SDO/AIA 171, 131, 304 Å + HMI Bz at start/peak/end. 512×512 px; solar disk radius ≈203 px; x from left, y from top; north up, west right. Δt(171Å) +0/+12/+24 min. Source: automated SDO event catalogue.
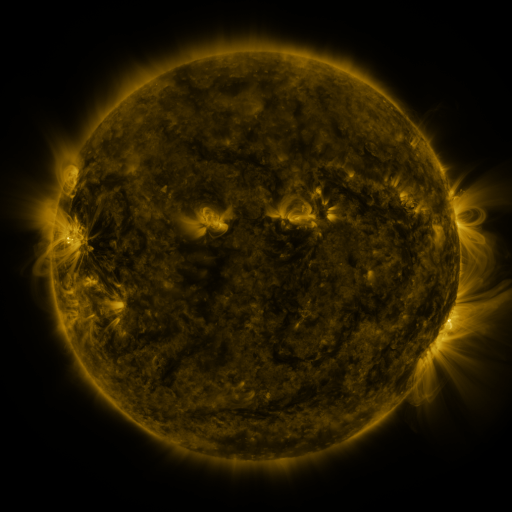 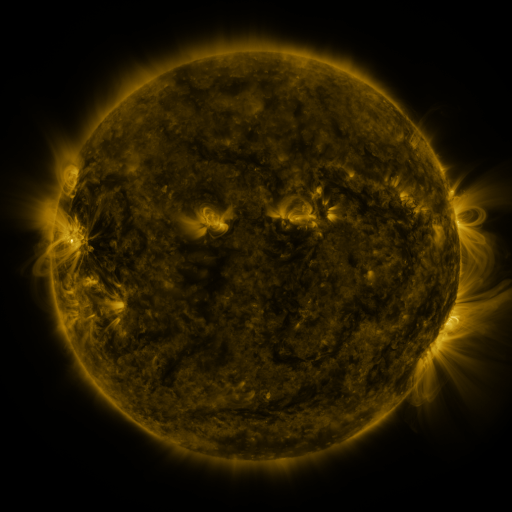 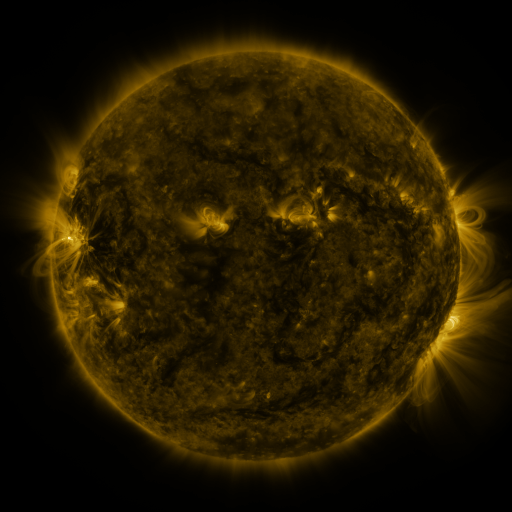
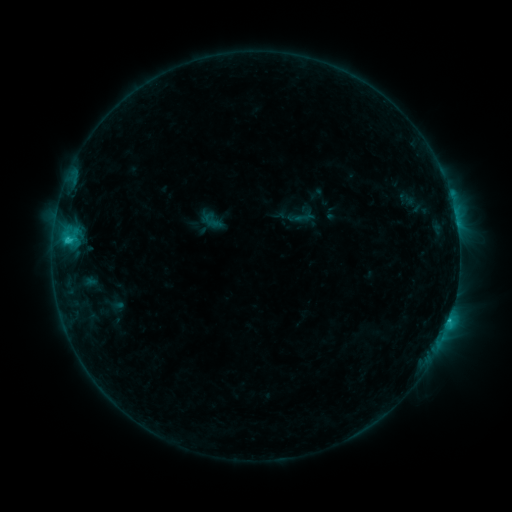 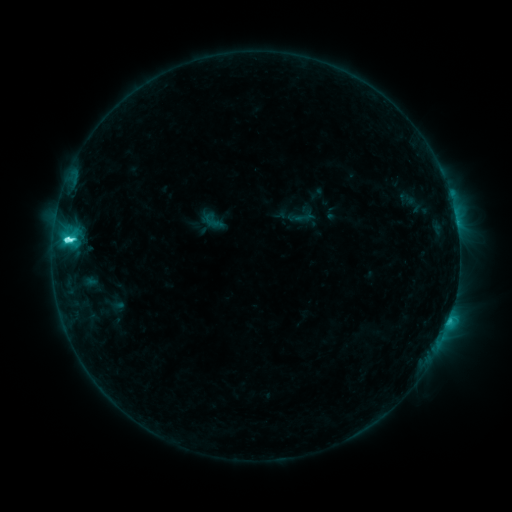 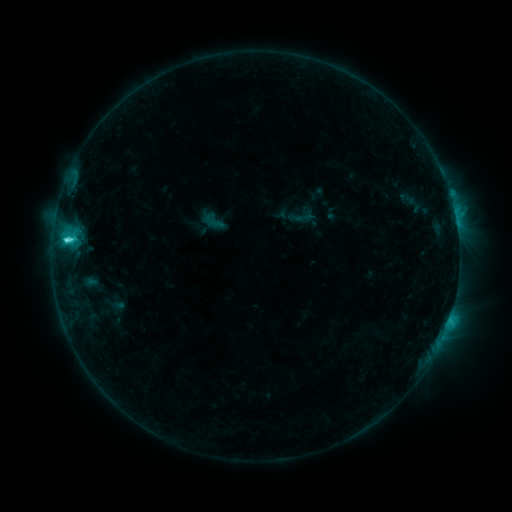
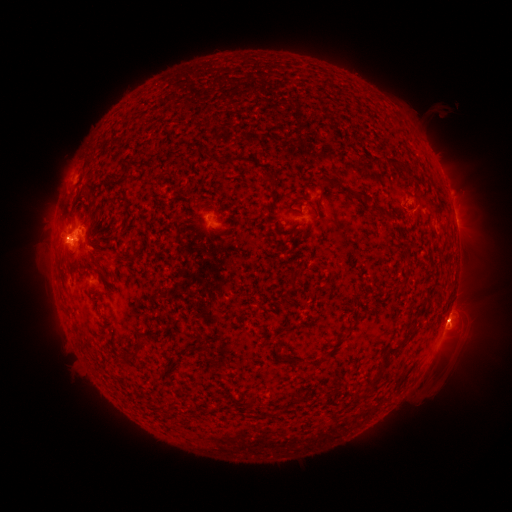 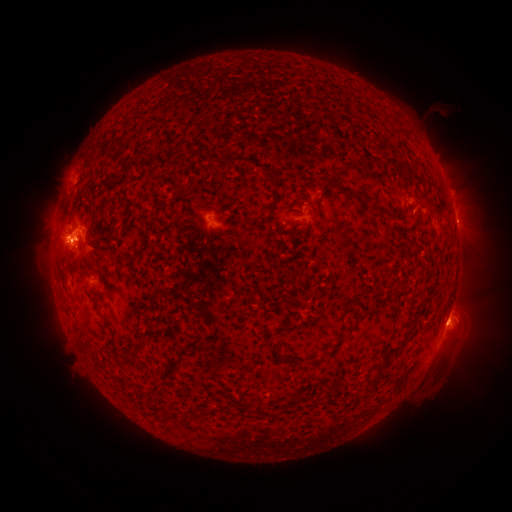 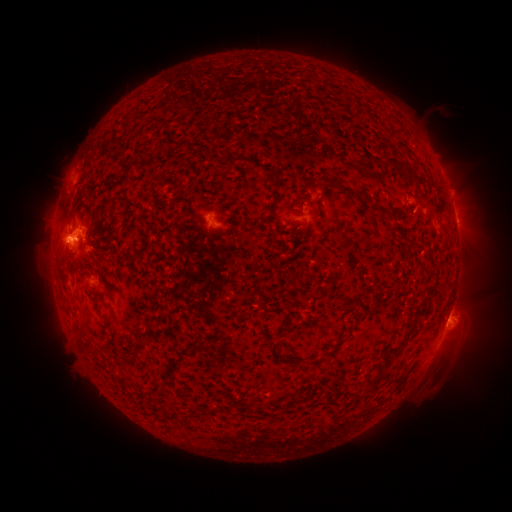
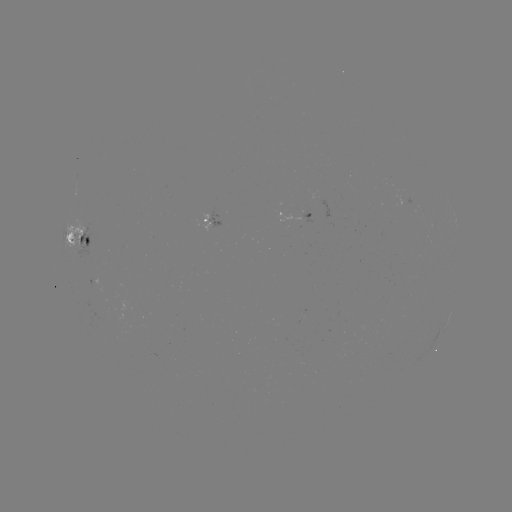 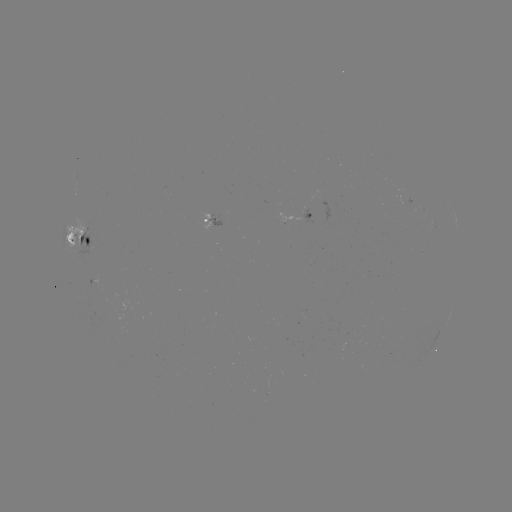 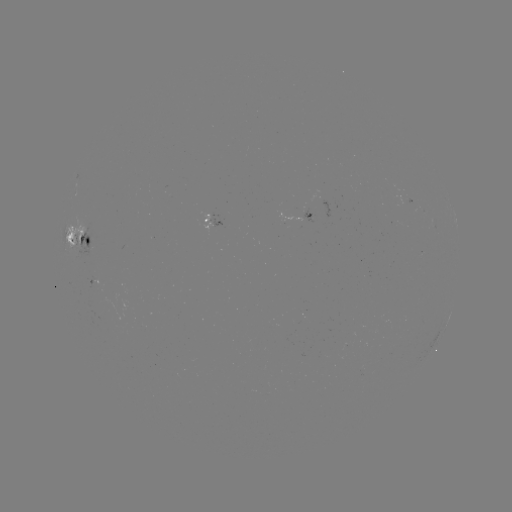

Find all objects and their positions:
C5.9 flare: (72, 241)
